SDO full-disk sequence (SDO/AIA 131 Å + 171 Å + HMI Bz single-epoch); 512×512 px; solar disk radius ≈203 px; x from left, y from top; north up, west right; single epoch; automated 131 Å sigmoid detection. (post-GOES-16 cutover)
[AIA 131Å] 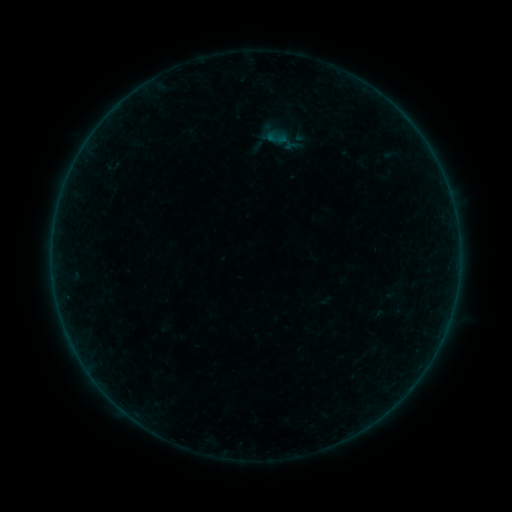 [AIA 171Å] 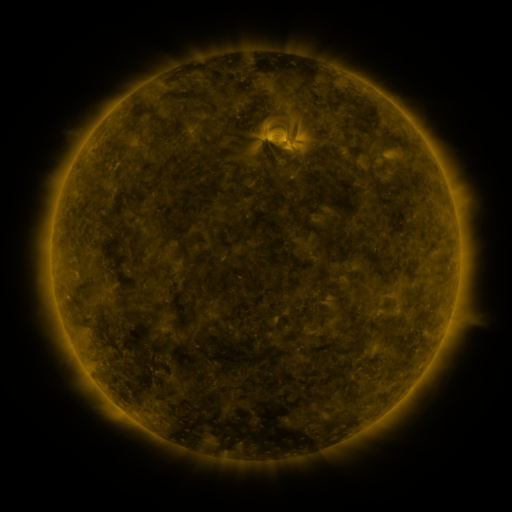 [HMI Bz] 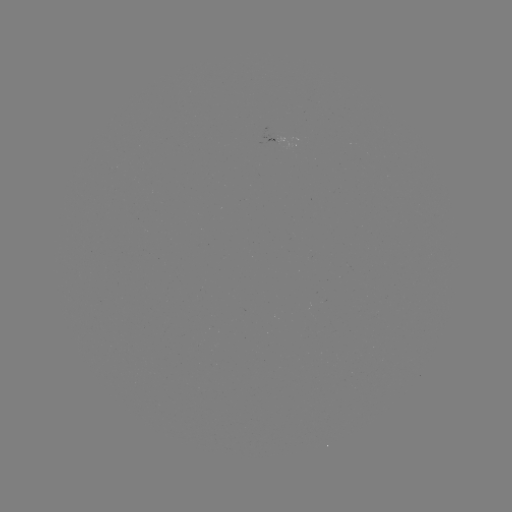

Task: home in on sigmoid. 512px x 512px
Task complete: [277, 138].